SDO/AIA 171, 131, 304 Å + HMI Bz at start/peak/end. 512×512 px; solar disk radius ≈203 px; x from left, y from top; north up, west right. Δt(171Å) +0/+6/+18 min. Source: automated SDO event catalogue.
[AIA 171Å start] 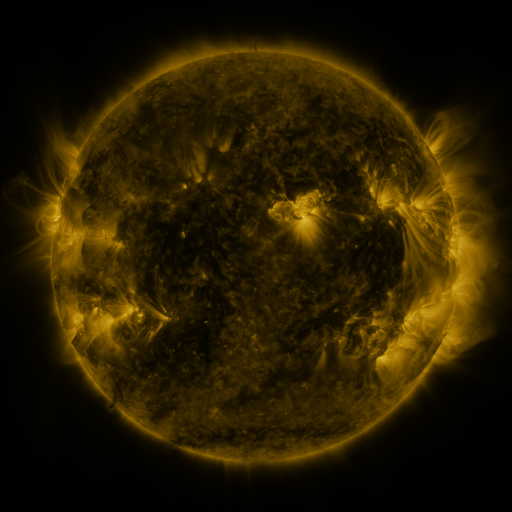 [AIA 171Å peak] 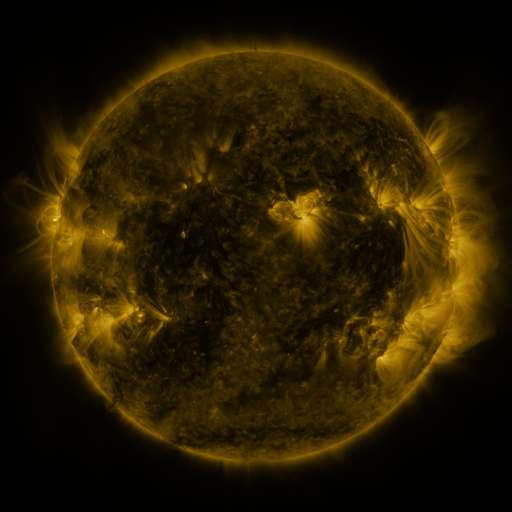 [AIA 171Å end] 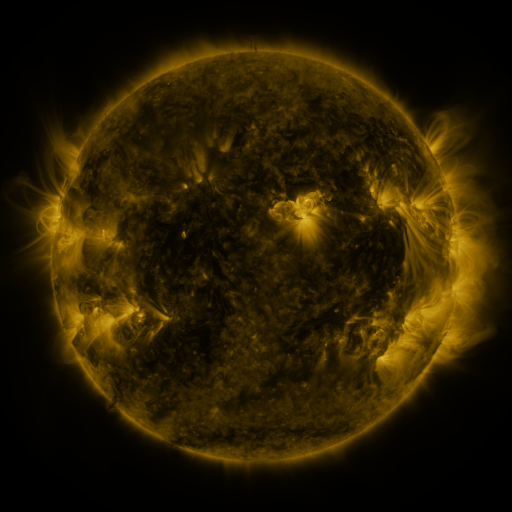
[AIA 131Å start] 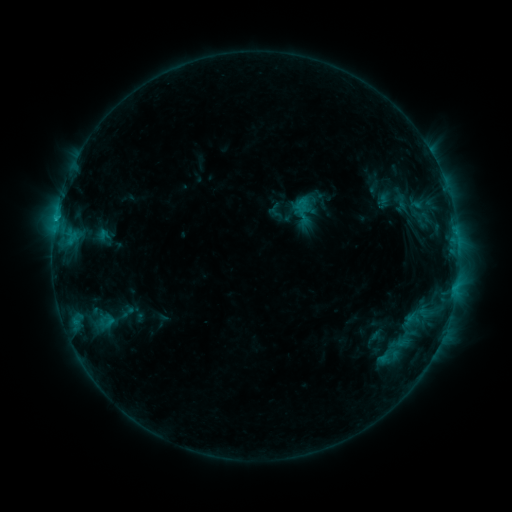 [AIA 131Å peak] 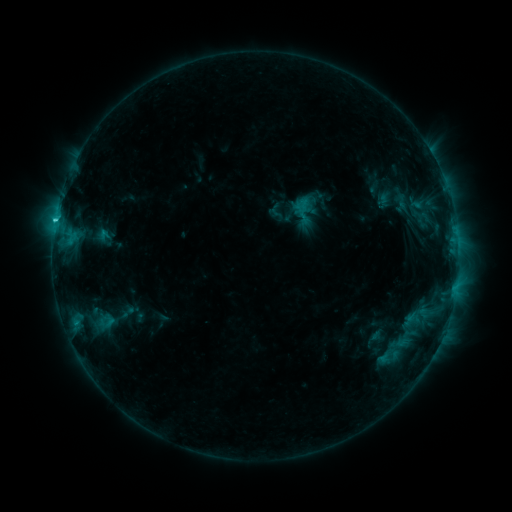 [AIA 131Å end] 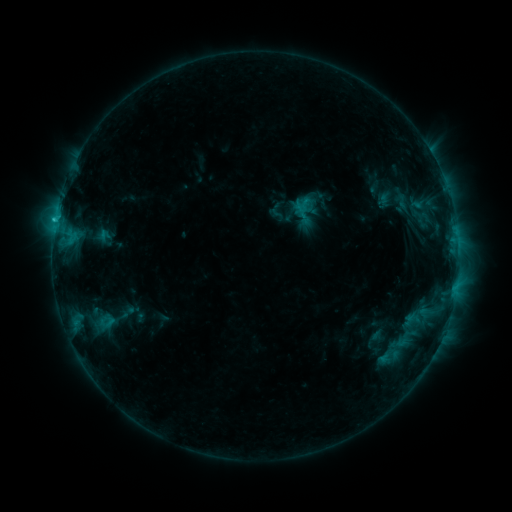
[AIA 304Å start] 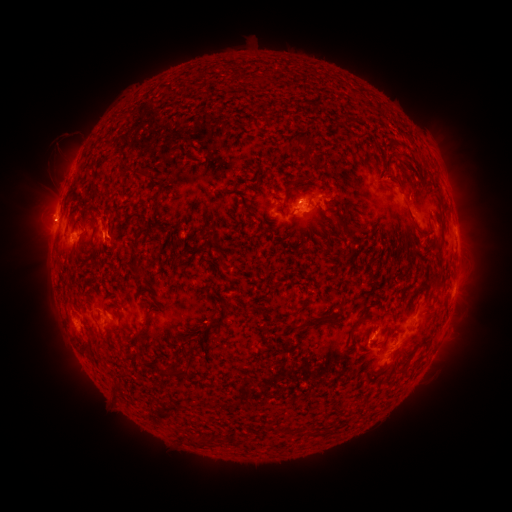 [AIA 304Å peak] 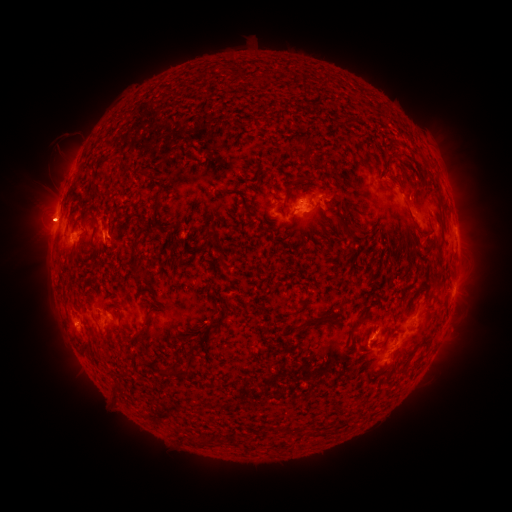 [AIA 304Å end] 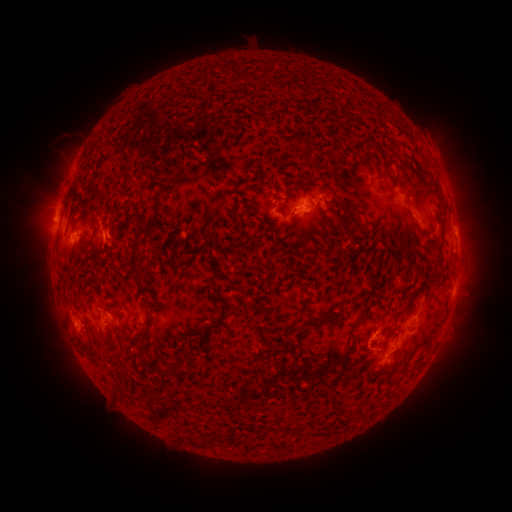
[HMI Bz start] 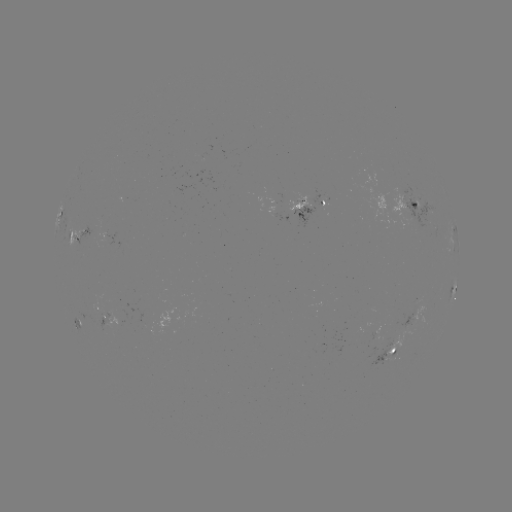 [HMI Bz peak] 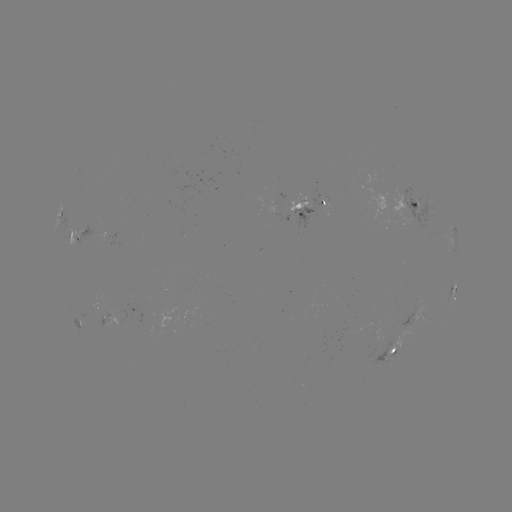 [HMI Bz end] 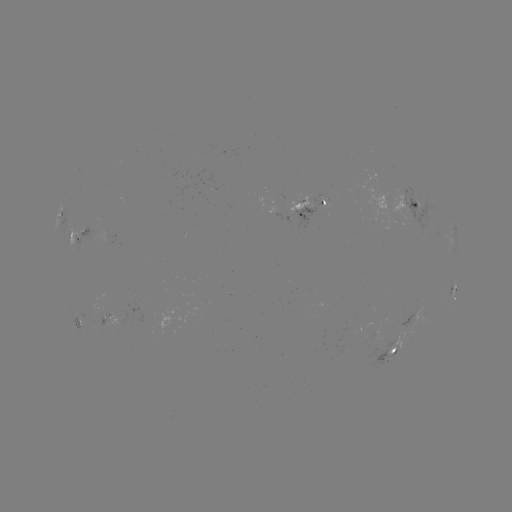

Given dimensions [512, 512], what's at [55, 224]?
C1.5 flare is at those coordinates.